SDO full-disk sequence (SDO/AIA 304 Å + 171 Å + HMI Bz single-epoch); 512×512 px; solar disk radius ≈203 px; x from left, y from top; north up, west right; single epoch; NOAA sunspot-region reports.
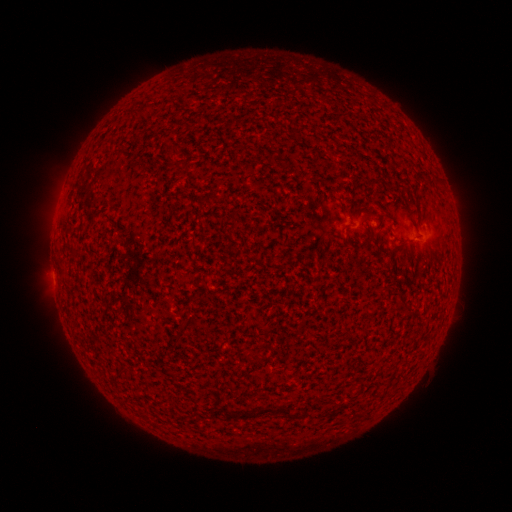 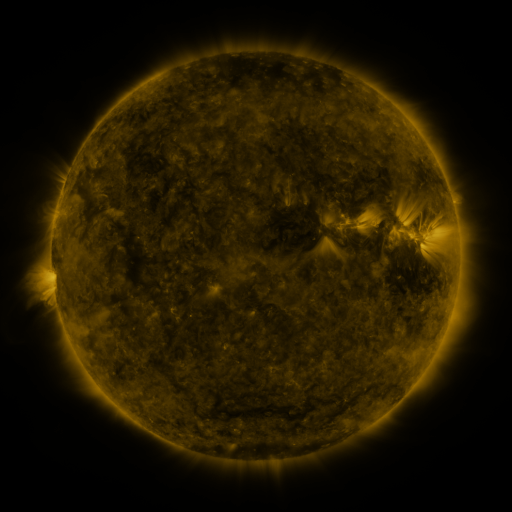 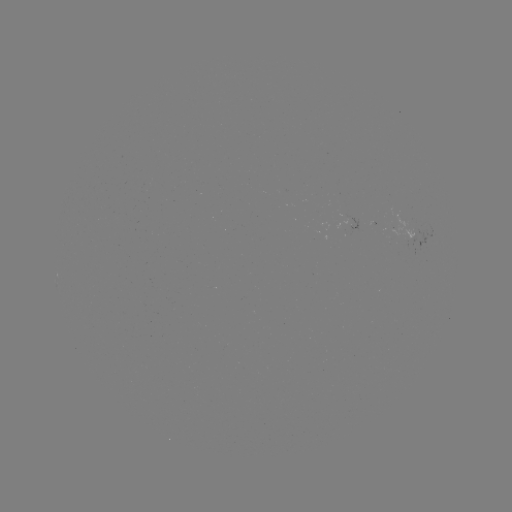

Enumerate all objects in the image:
(none)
